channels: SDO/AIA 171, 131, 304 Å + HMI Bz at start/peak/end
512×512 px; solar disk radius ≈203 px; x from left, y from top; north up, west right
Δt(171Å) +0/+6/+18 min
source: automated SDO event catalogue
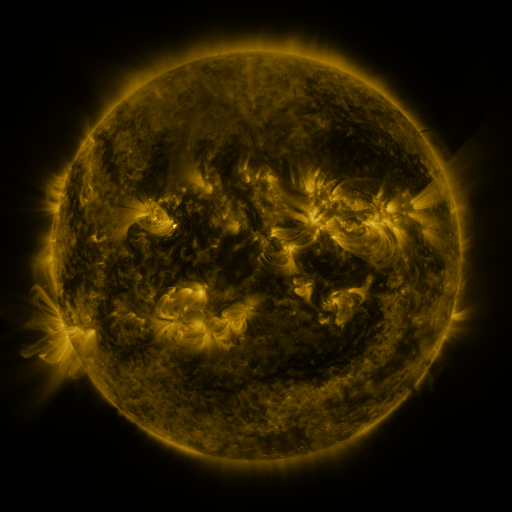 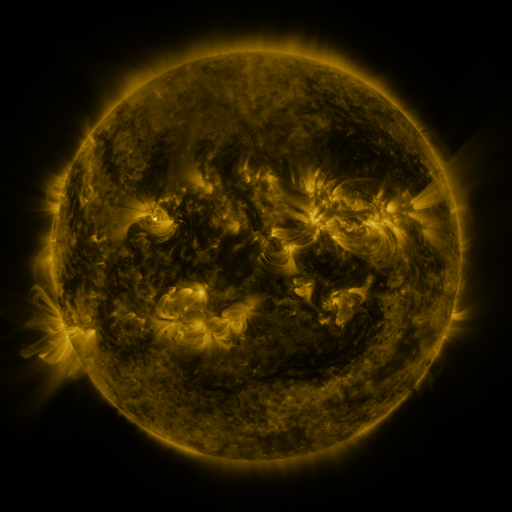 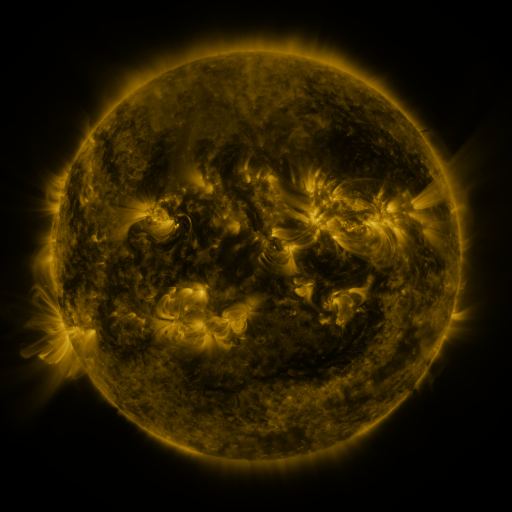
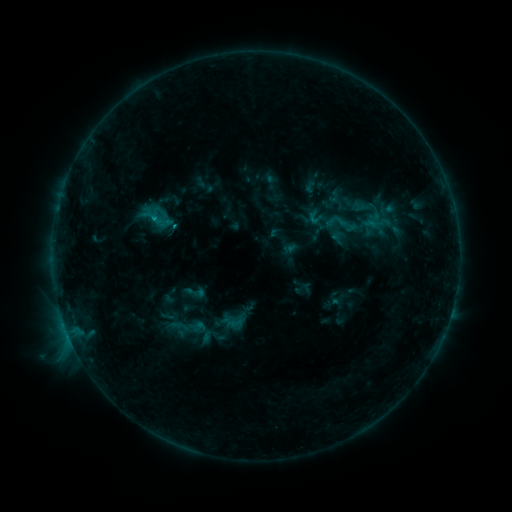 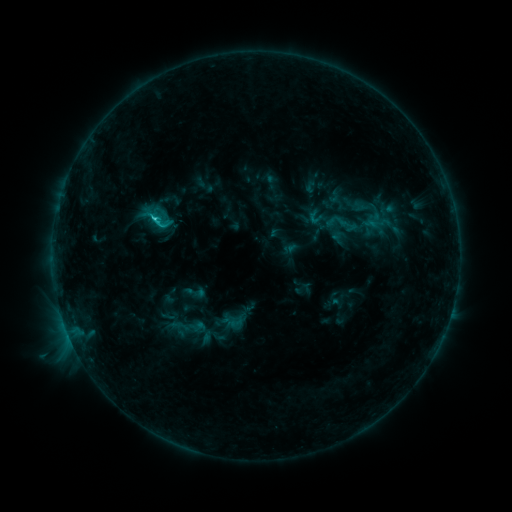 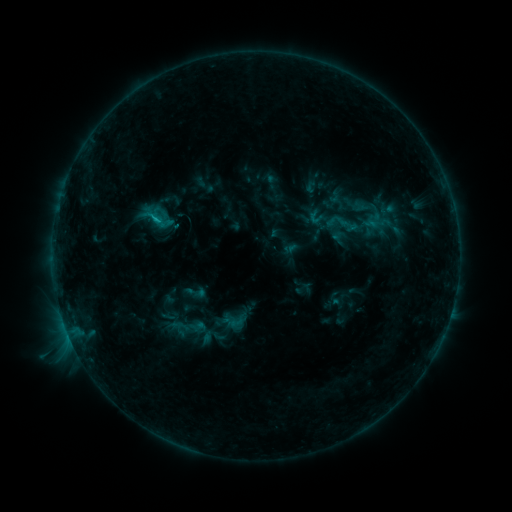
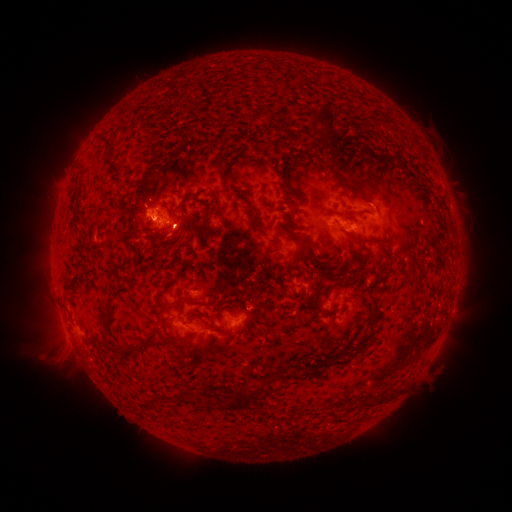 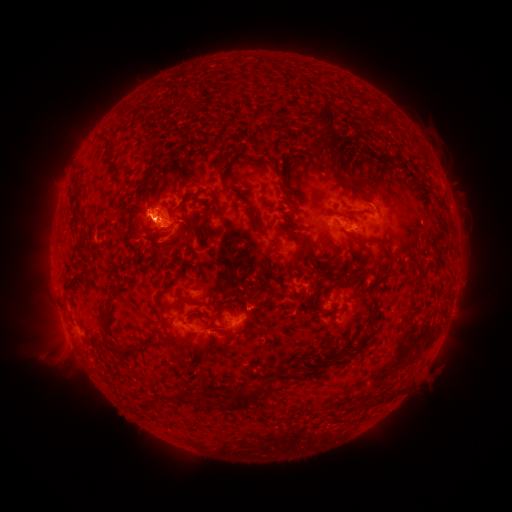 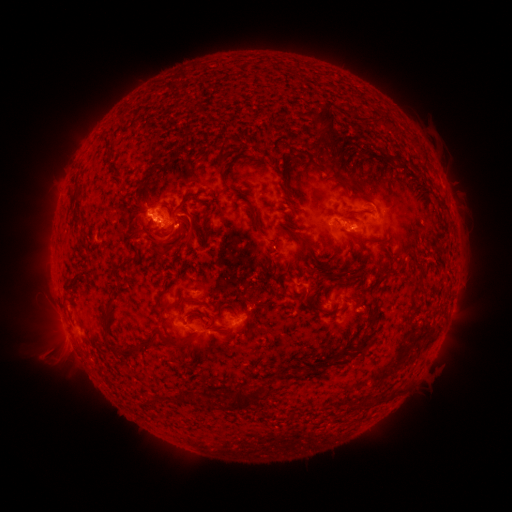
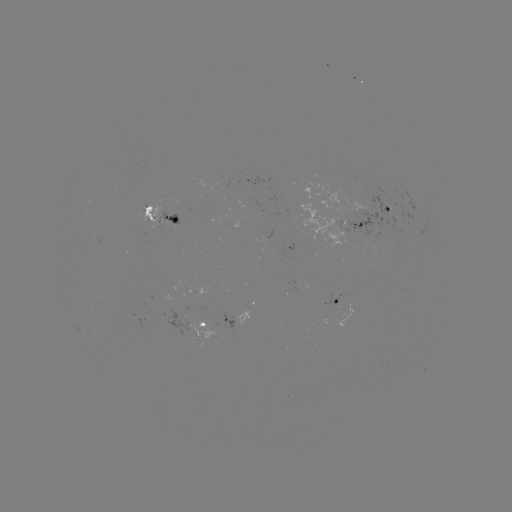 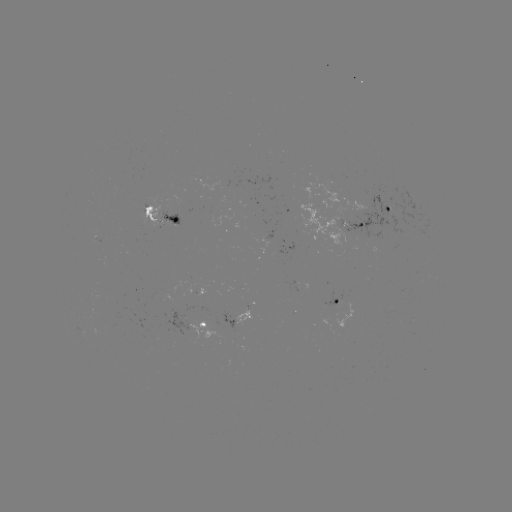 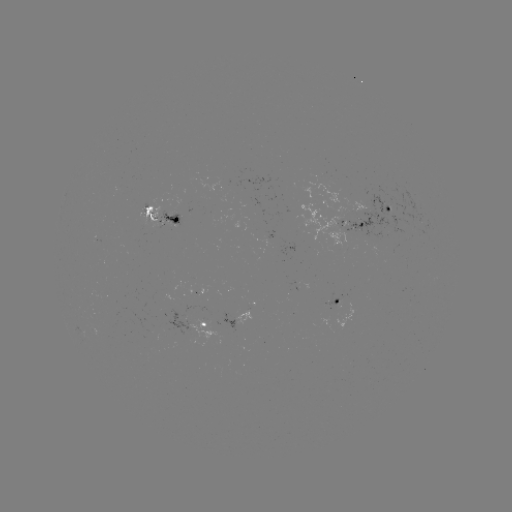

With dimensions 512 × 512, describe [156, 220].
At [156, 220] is C1.3 flare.